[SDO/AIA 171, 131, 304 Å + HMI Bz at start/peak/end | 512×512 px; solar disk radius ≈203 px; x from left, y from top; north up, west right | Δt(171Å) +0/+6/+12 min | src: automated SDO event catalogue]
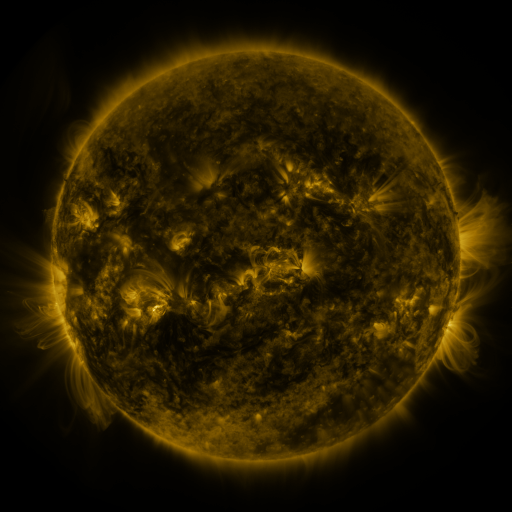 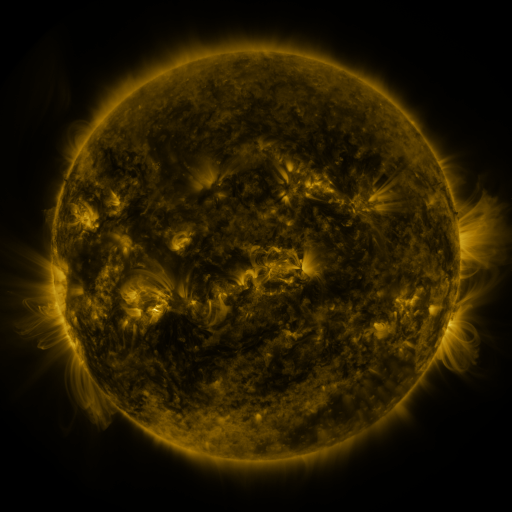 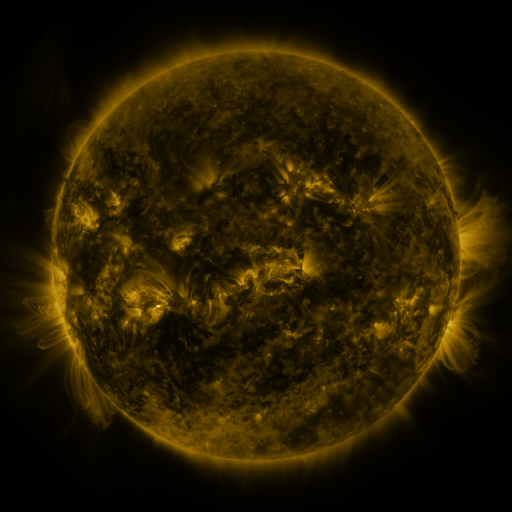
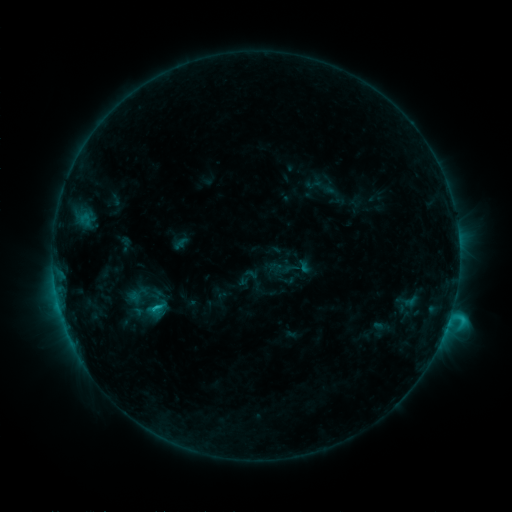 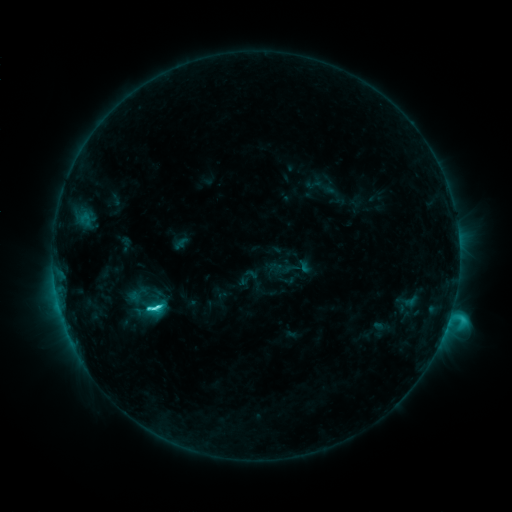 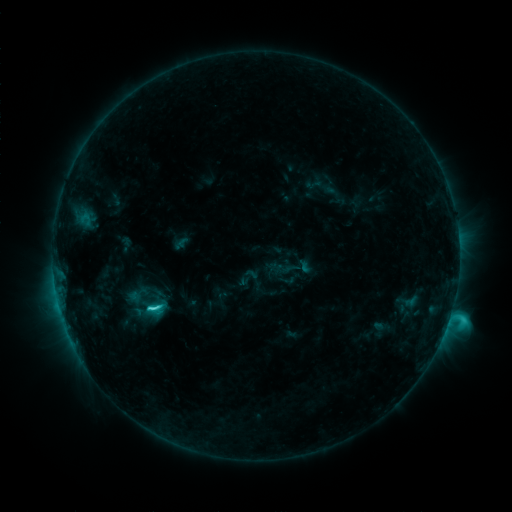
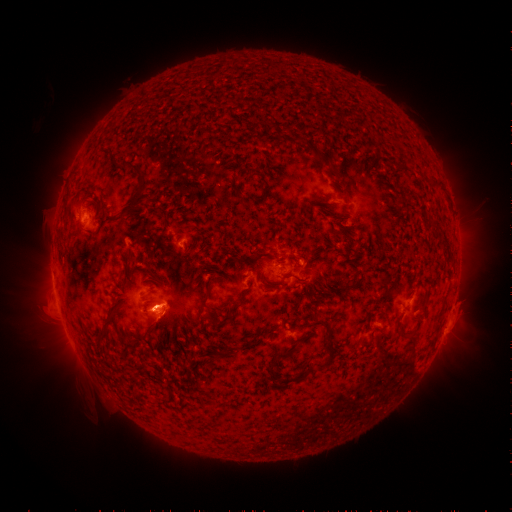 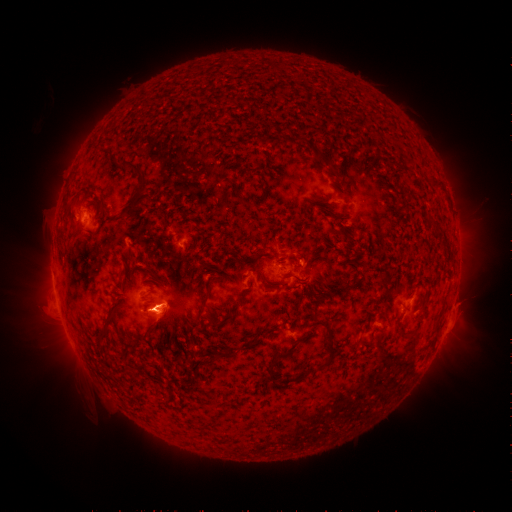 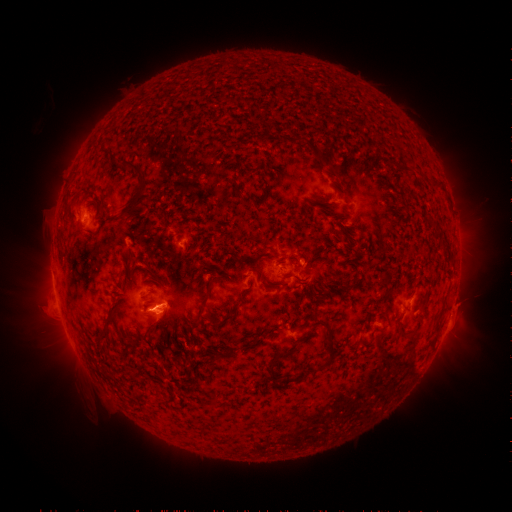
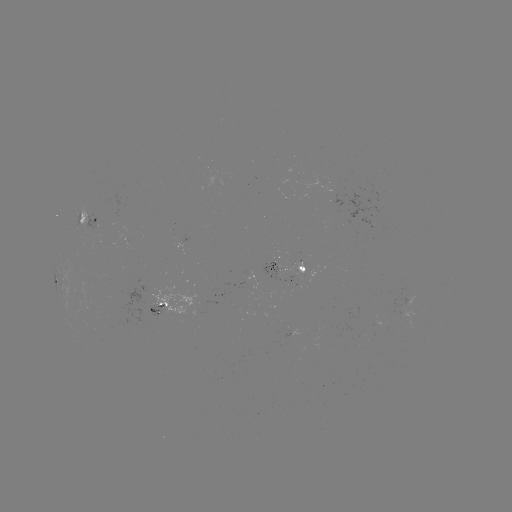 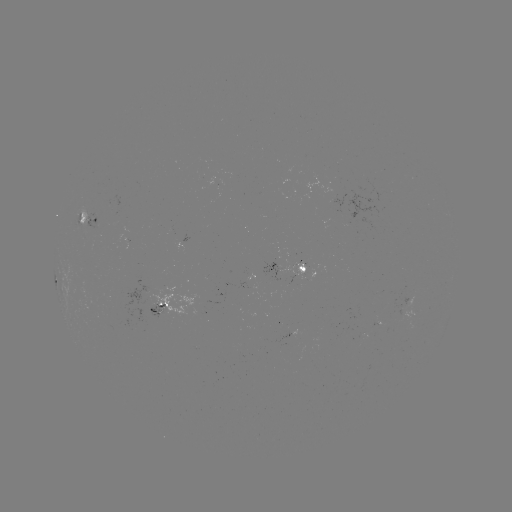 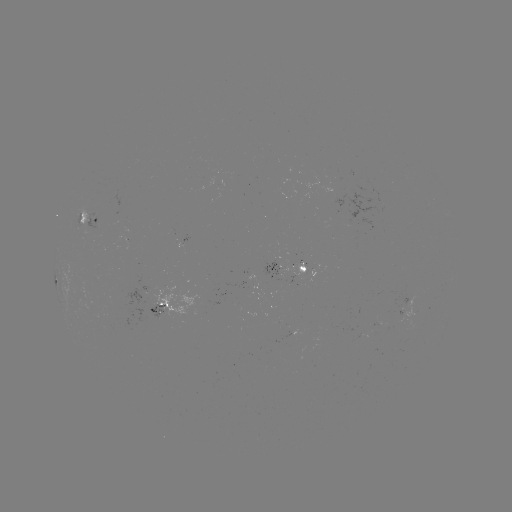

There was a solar flare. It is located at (157, 304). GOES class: C5.4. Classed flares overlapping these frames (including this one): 1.